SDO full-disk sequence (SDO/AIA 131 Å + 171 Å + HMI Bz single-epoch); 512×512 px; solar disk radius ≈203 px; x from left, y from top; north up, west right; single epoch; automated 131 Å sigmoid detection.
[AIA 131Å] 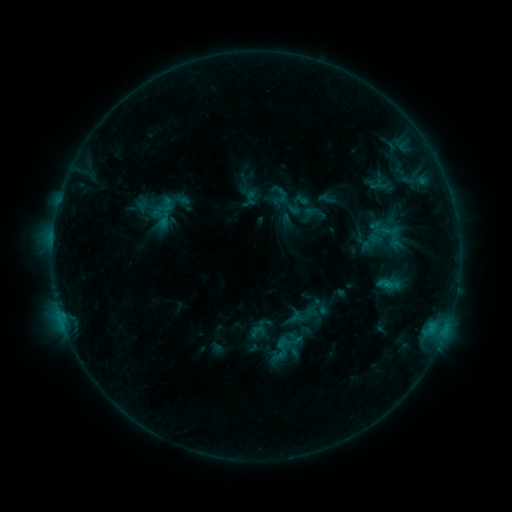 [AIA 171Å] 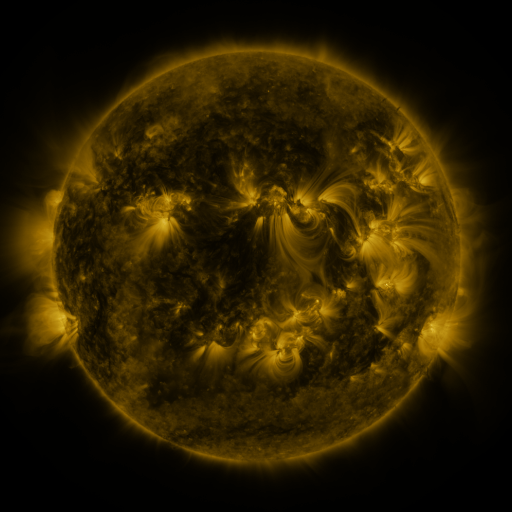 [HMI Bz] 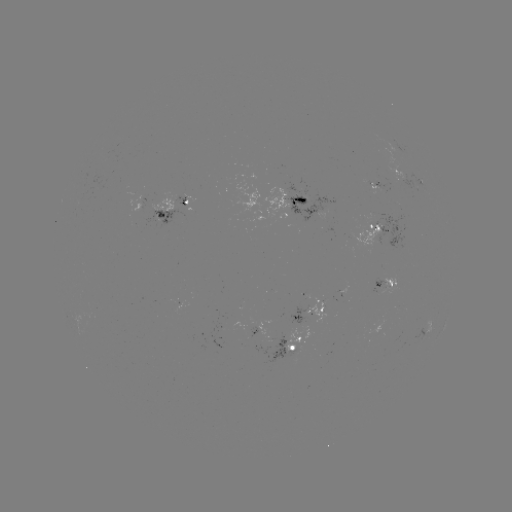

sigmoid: (278, 194, 300, 216)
